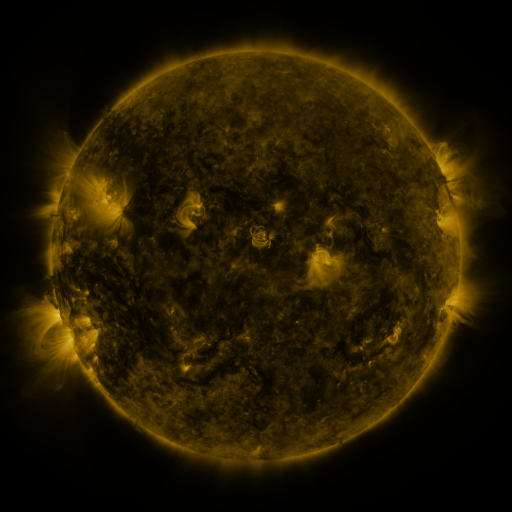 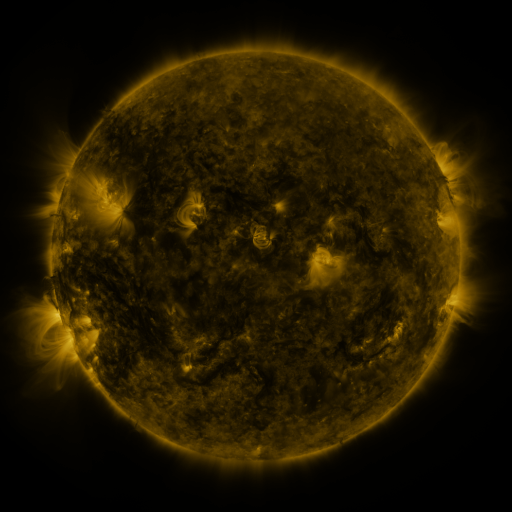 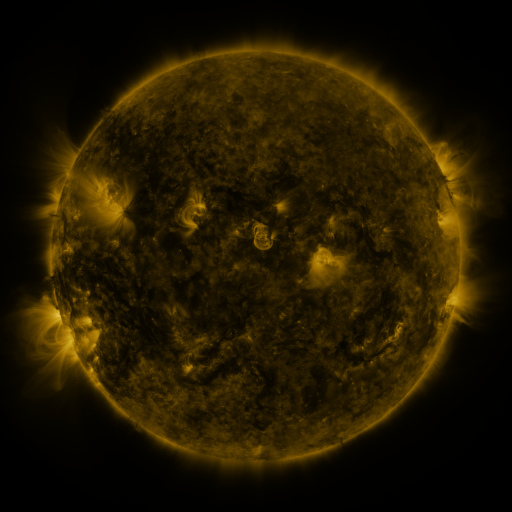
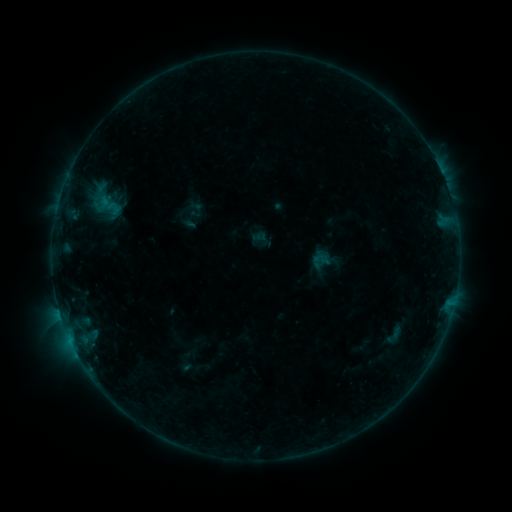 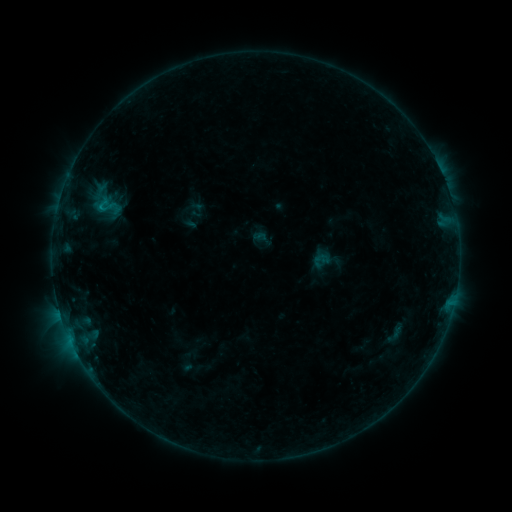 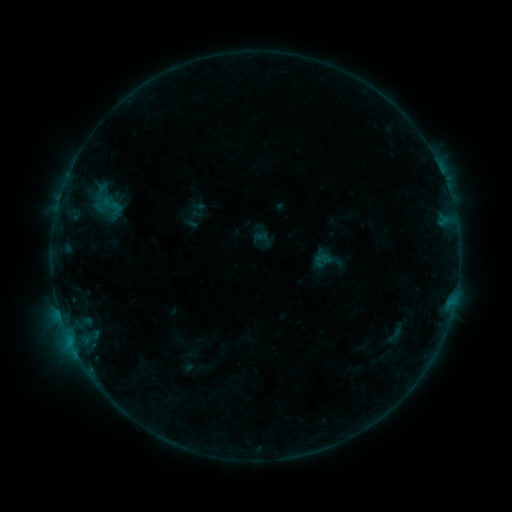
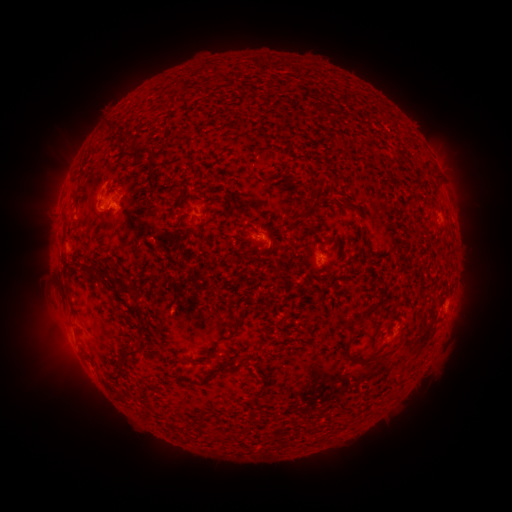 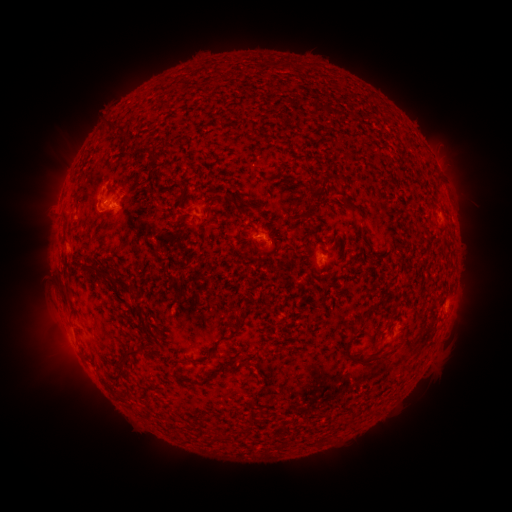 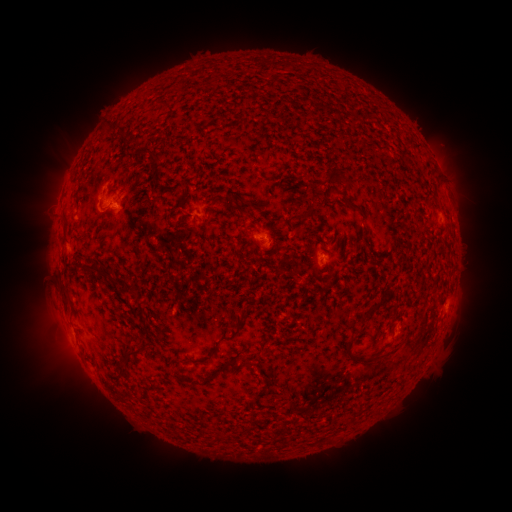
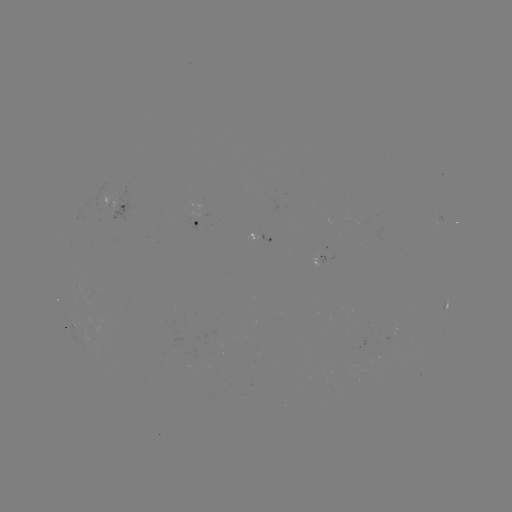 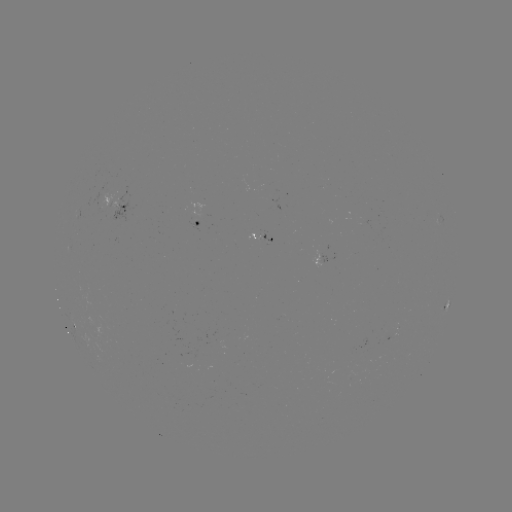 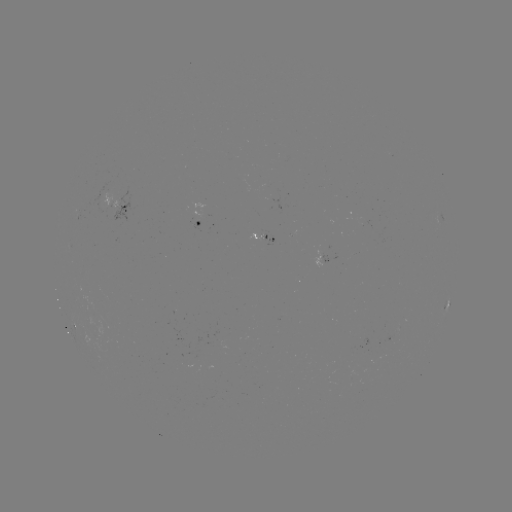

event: flare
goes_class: B3.8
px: (101, 207)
